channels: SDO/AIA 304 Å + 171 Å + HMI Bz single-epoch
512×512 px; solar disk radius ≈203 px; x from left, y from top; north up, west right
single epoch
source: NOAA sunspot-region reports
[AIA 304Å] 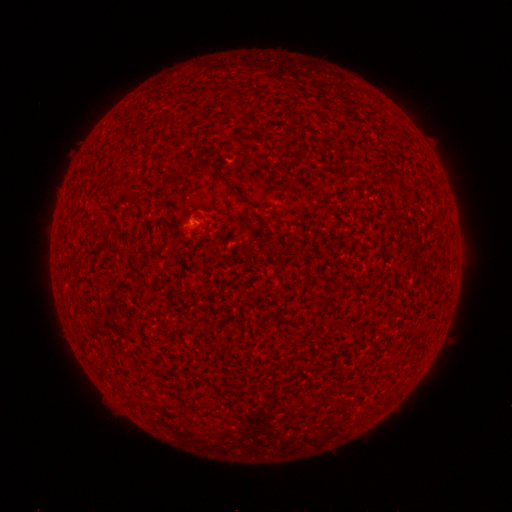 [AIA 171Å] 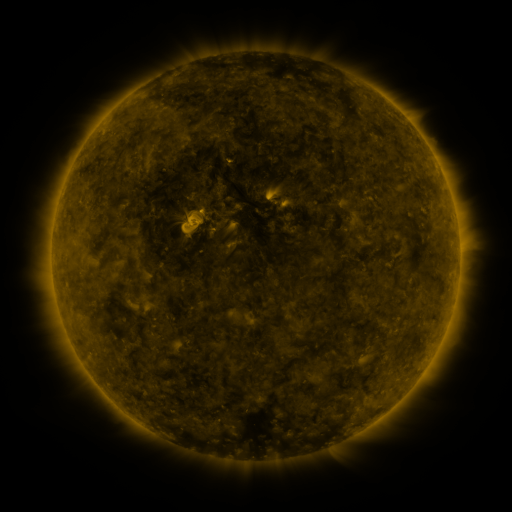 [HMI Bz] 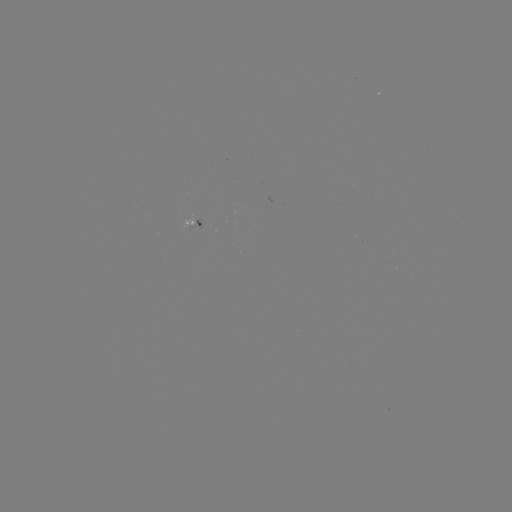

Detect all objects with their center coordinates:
(none)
